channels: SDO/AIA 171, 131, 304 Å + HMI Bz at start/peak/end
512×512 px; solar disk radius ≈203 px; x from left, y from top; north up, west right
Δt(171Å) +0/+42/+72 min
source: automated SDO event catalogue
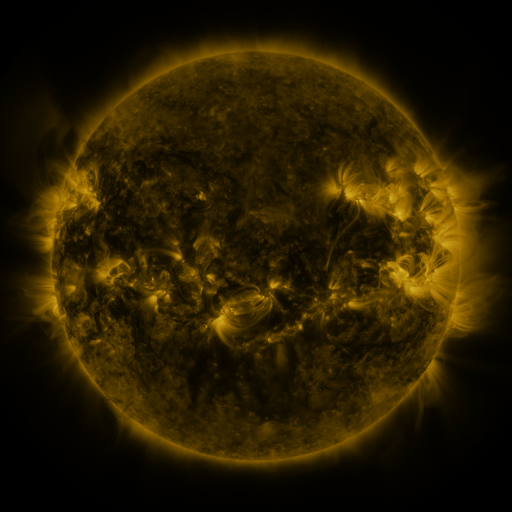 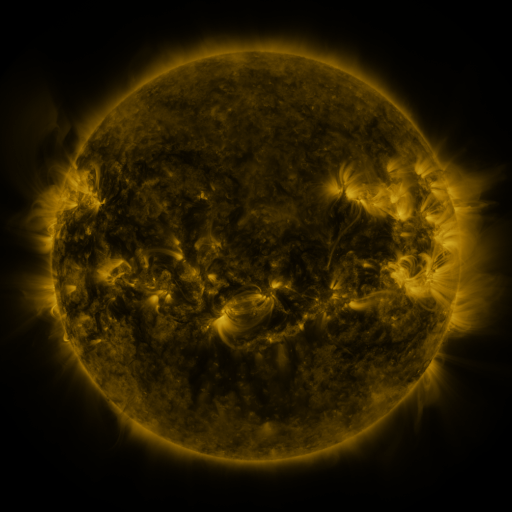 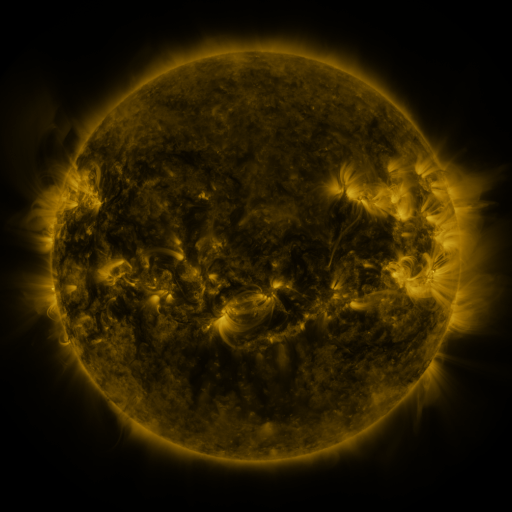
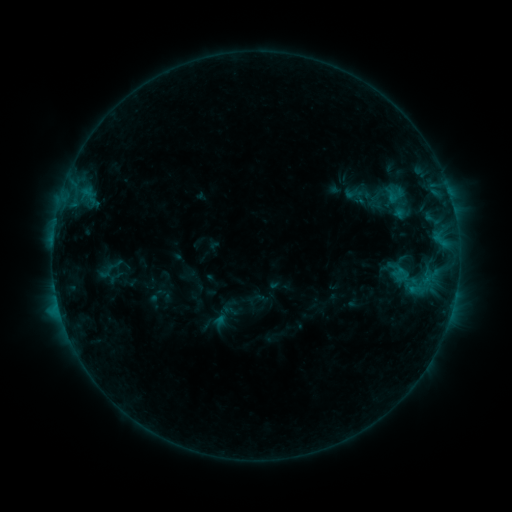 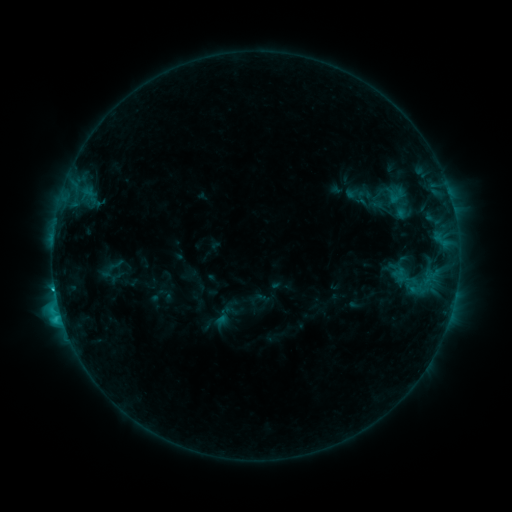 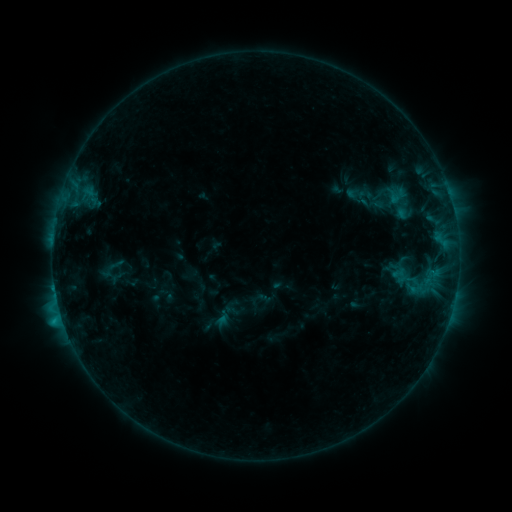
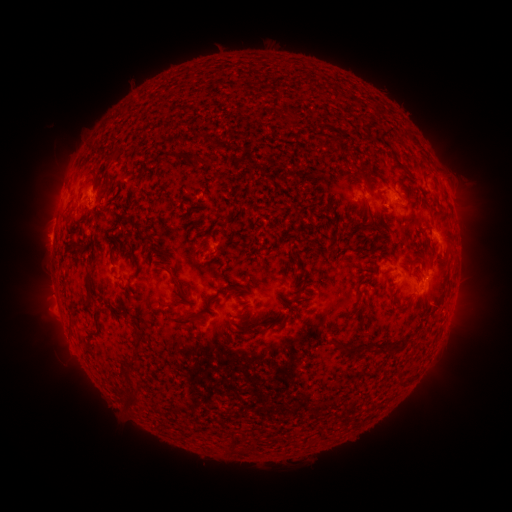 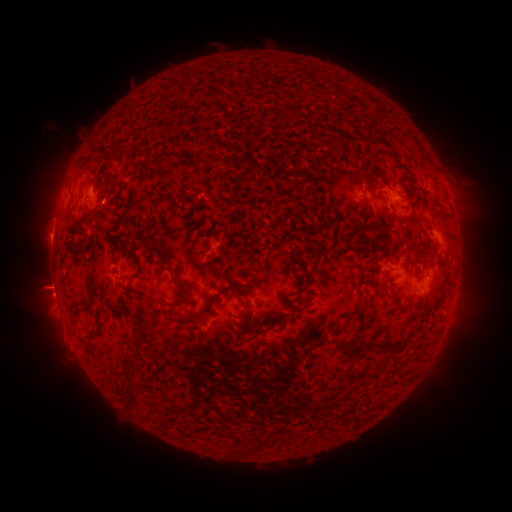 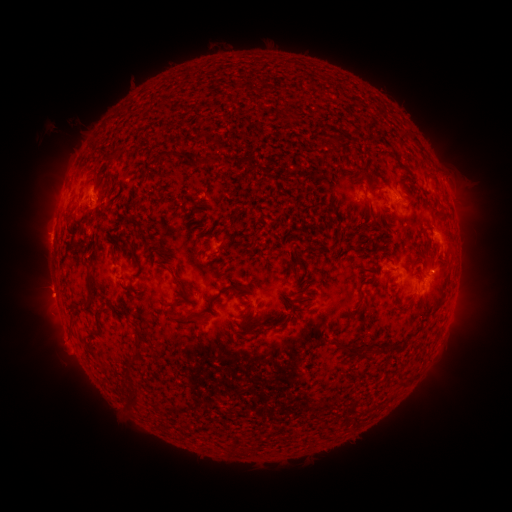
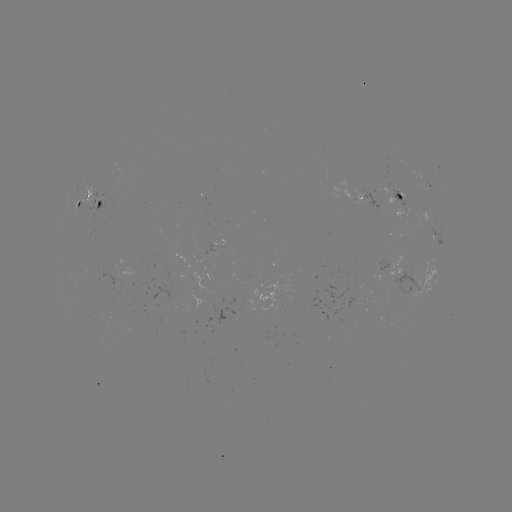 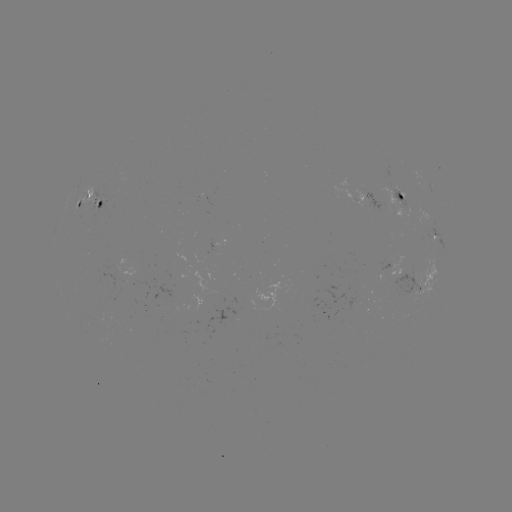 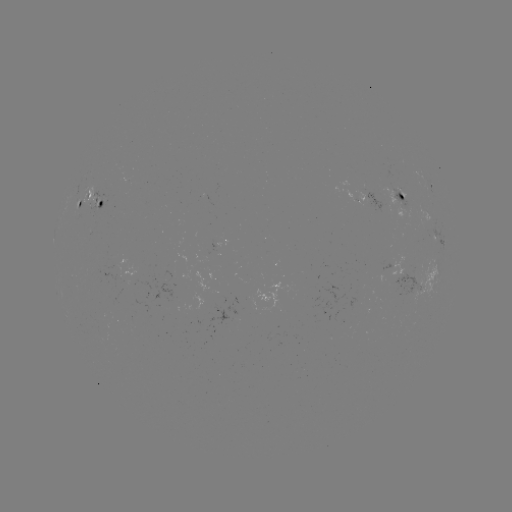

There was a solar flare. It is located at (55, 287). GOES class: C2.1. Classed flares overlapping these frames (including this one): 1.